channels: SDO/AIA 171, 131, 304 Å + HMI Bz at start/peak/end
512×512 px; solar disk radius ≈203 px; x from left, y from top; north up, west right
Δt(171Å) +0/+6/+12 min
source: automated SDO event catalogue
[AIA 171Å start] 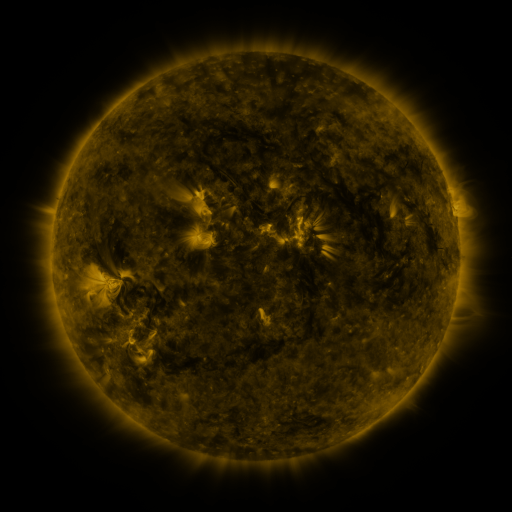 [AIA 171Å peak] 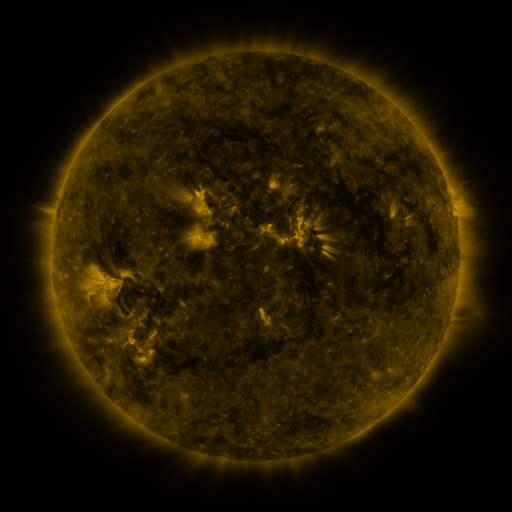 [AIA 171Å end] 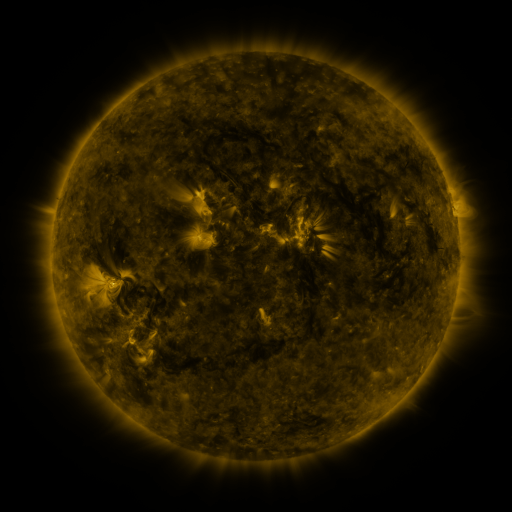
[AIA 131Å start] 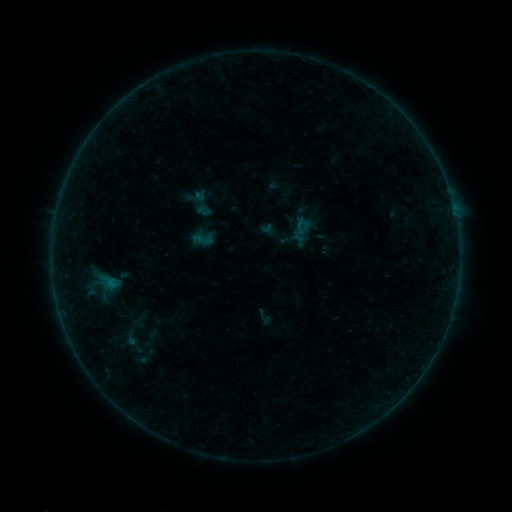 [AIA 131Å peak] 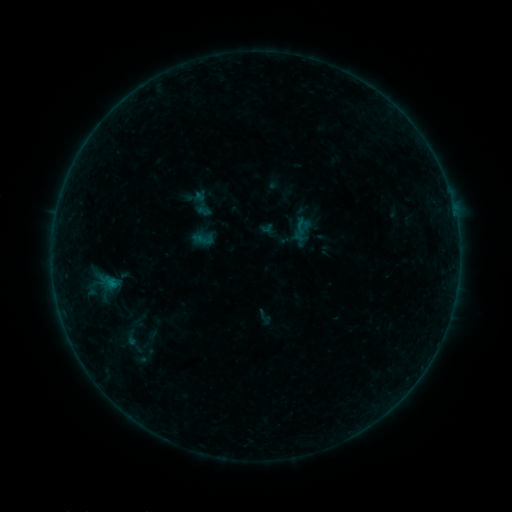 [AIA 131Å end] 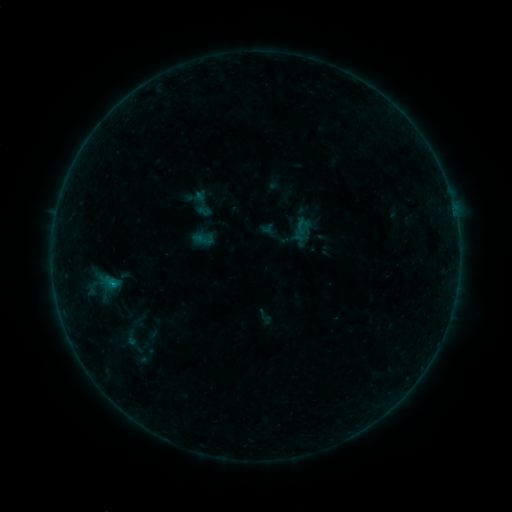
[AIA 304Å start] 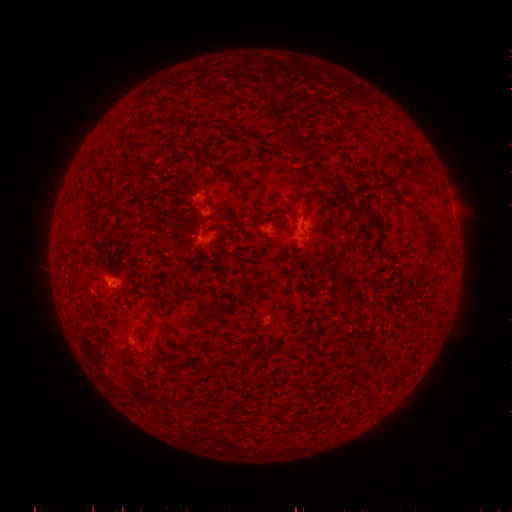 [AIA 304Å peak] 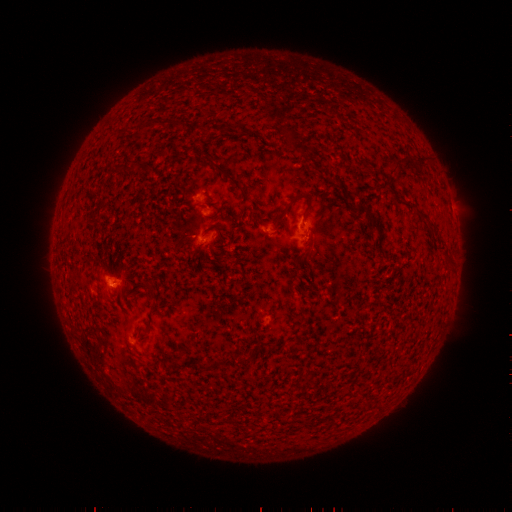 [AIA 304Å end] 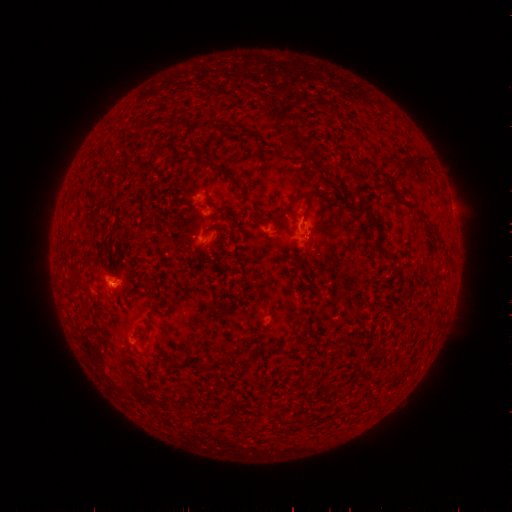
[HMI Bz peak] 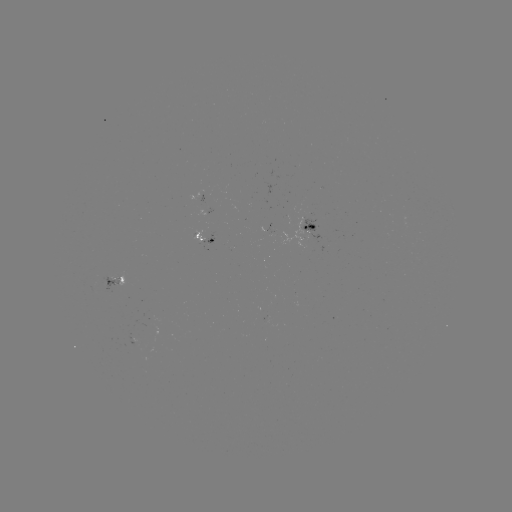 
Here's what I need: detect B4.3 flare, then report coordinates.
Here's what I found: B4.3 flare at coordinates [115, 283].